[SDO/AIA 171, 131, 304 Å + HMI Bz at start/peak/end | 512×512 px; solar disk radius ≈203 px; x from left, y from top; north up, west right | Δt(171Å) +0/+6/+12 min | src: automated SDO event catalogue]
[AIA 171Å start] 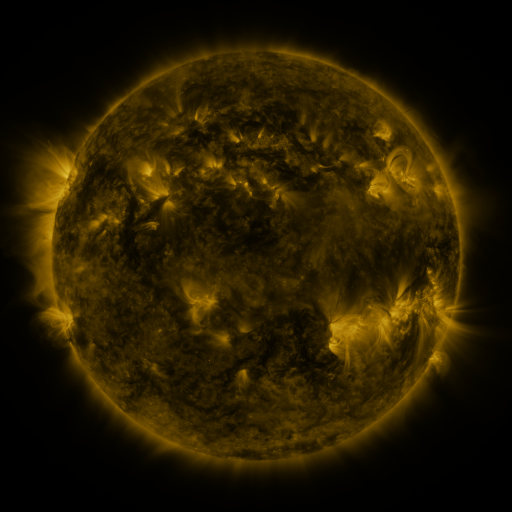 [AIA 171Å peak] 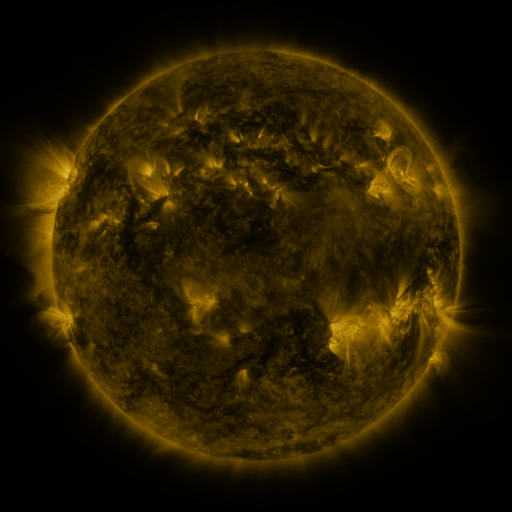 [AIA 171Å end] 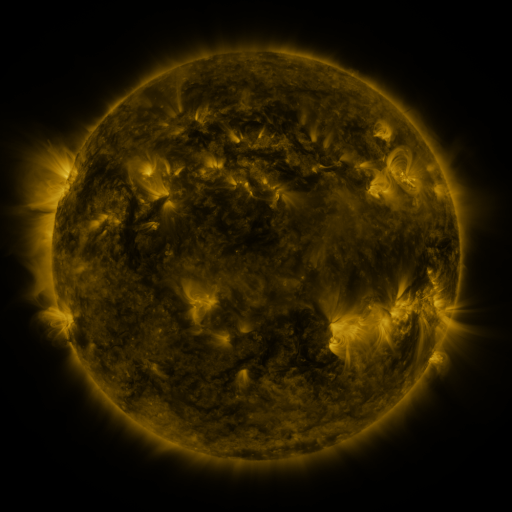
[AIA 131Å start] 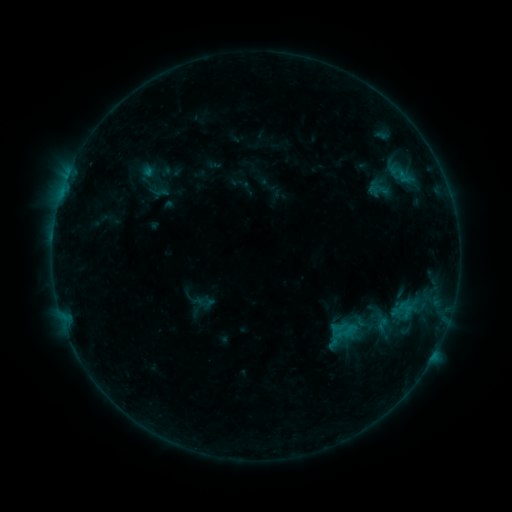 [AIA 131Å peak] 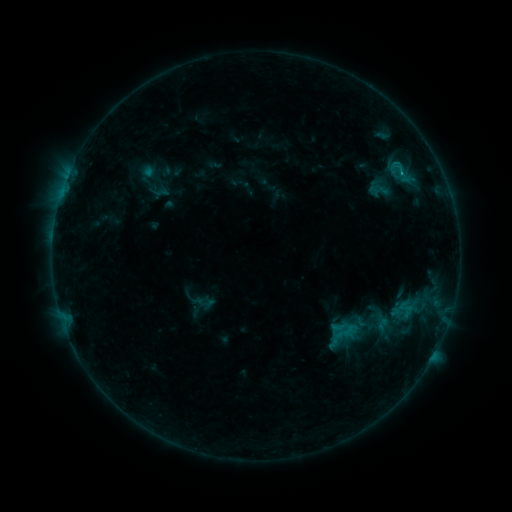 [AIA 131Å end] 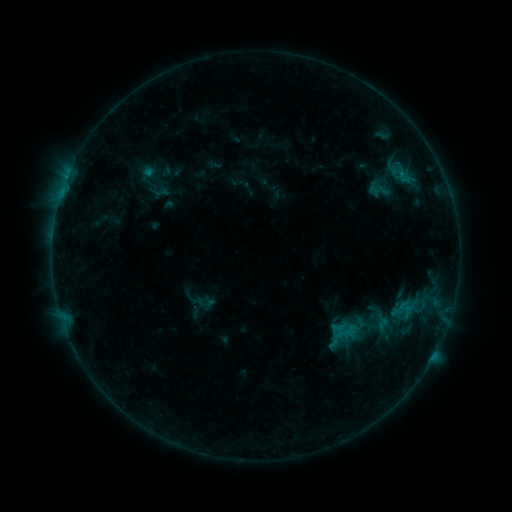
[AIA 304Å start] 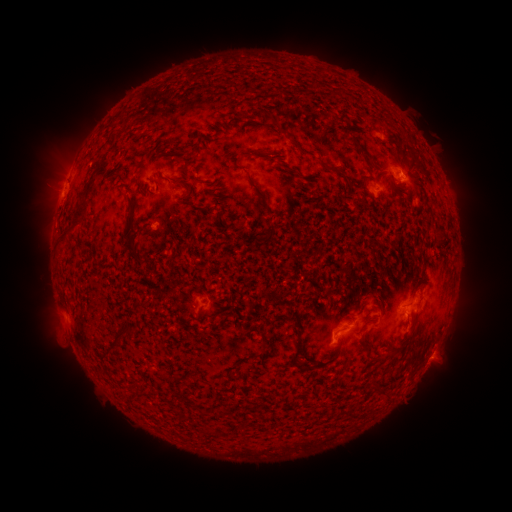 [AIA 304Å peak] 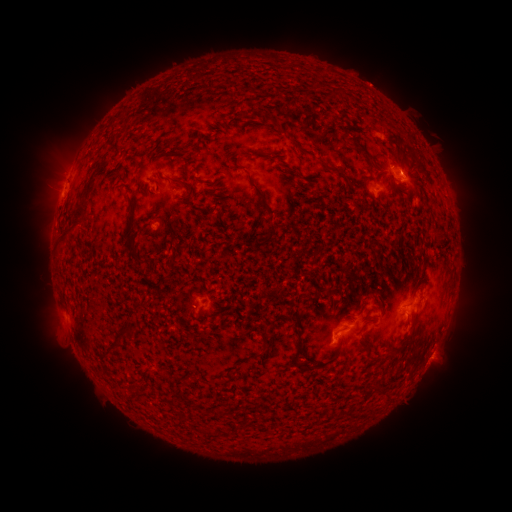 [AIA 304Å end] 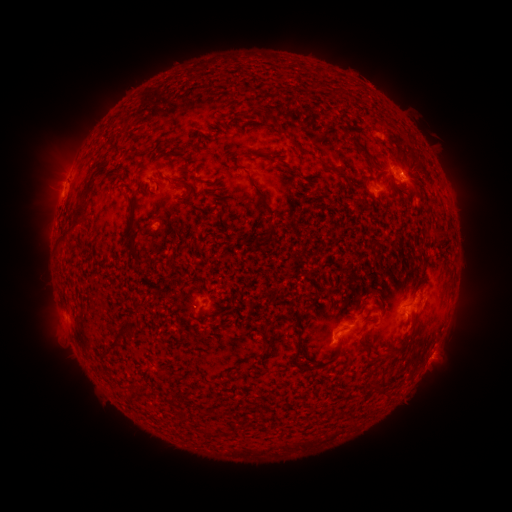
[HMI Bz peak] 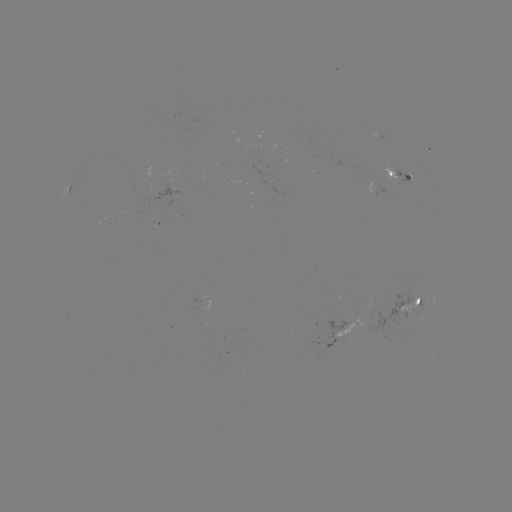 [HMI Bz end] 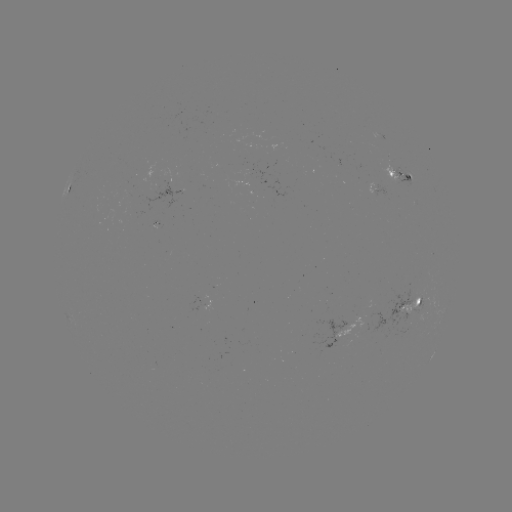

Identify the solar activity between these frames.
B8.9 flare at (399, 173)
